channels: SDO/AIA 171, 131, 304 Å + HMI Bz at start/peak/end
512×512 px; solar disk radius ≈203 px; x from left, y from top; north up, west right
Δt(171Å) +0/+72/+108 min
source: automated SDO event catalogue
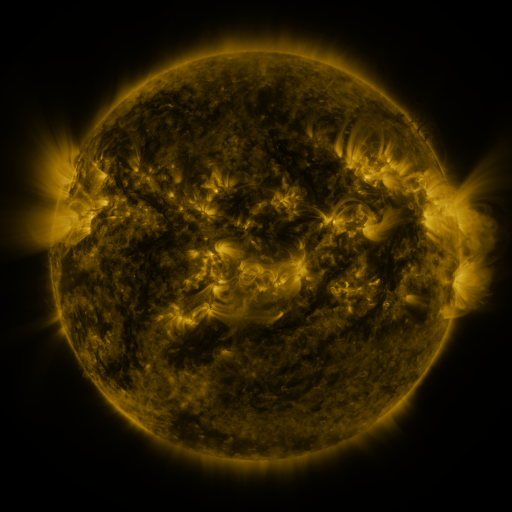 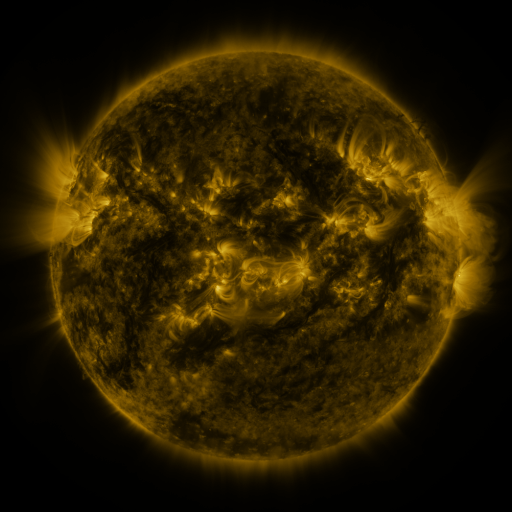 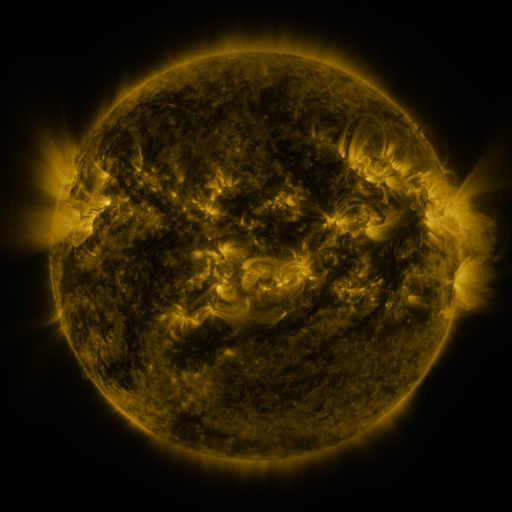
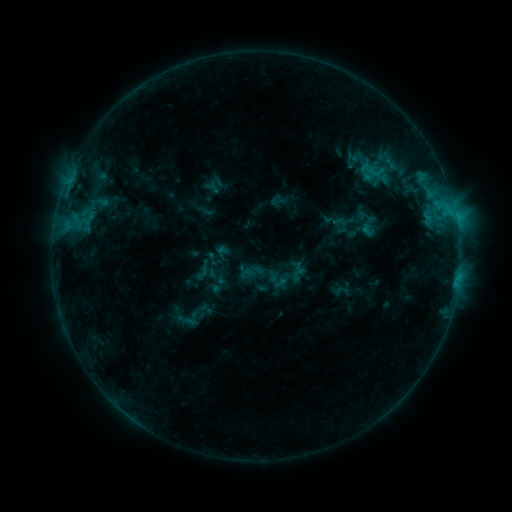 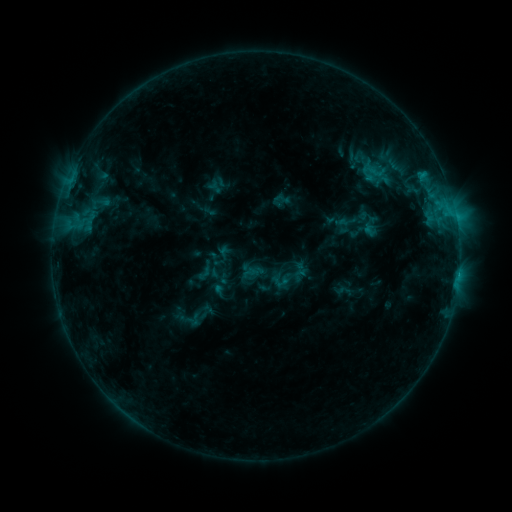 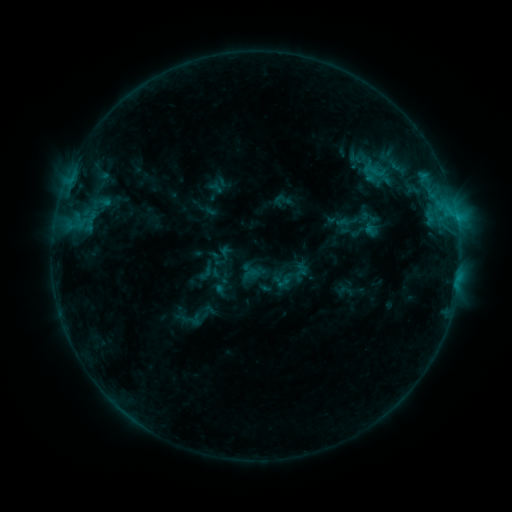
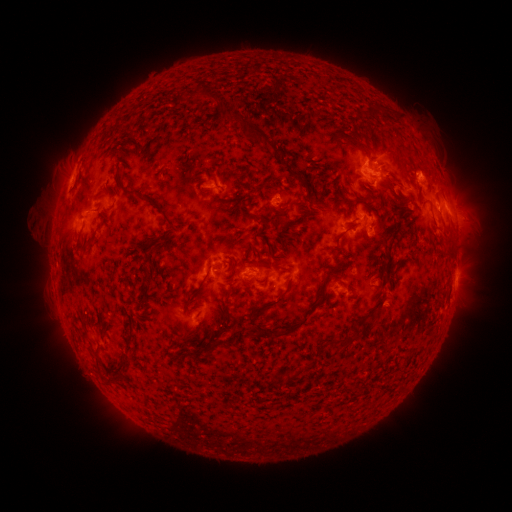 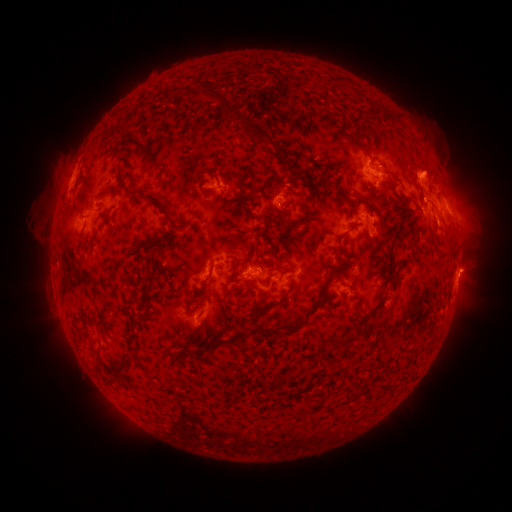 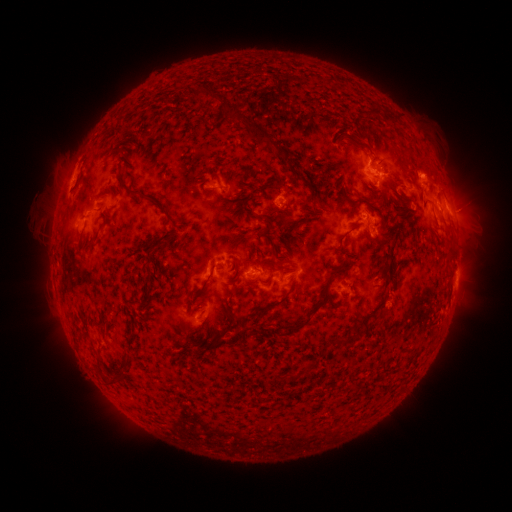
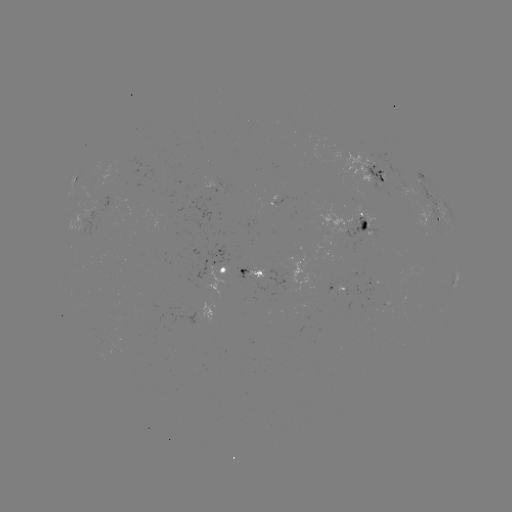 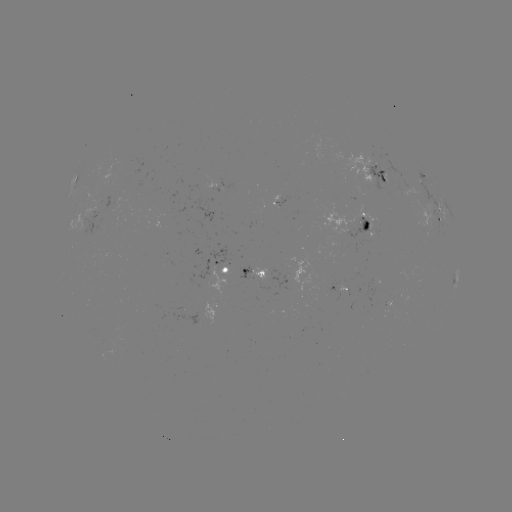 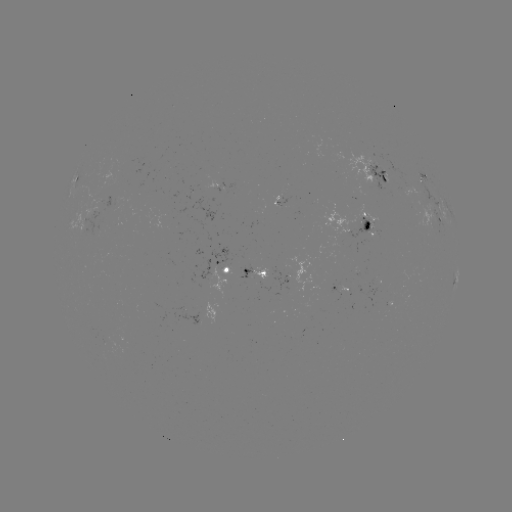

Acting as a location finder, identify emerging-flux region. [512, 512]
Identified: (282, 271).